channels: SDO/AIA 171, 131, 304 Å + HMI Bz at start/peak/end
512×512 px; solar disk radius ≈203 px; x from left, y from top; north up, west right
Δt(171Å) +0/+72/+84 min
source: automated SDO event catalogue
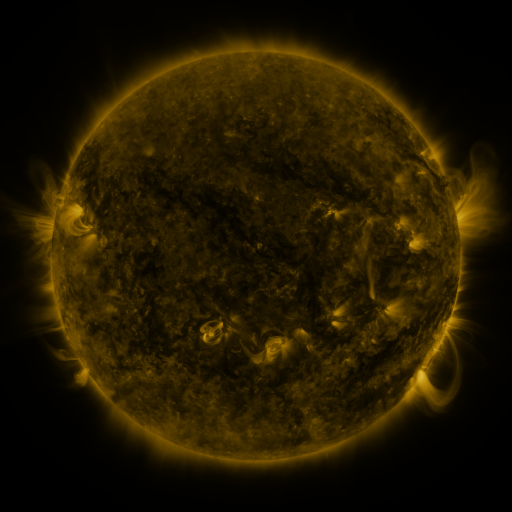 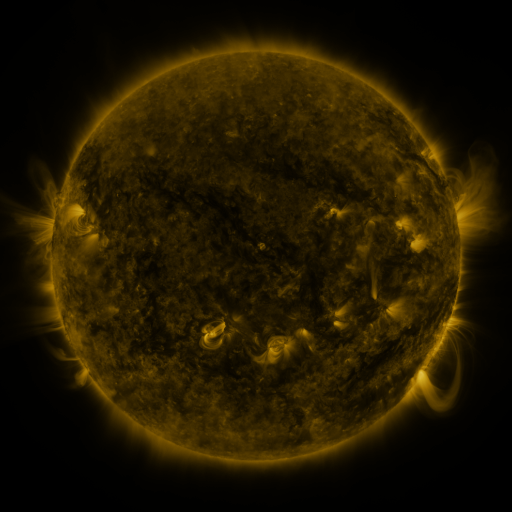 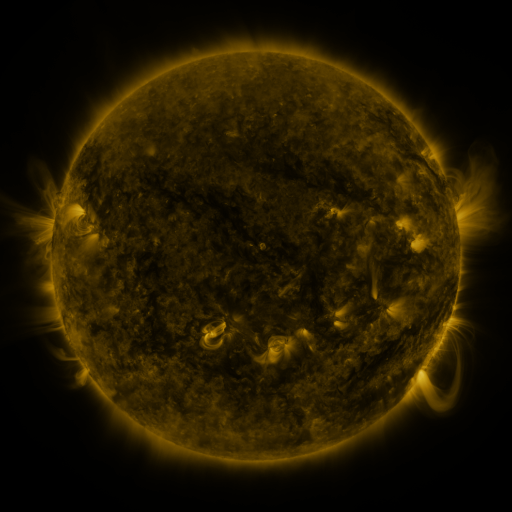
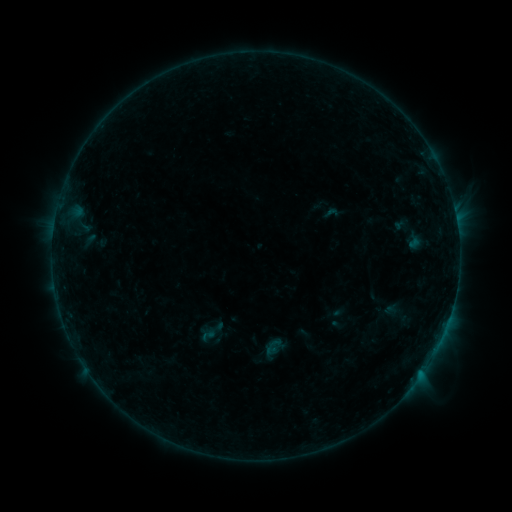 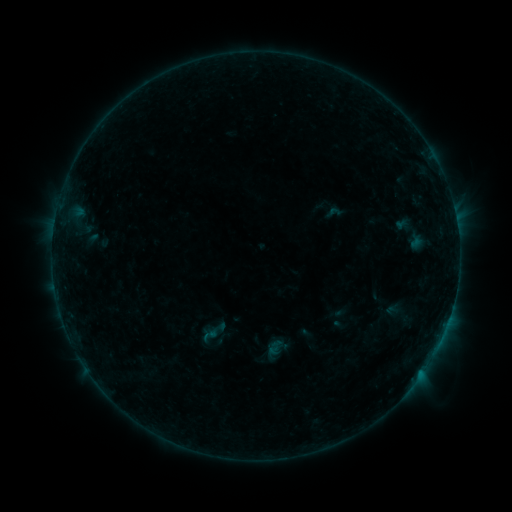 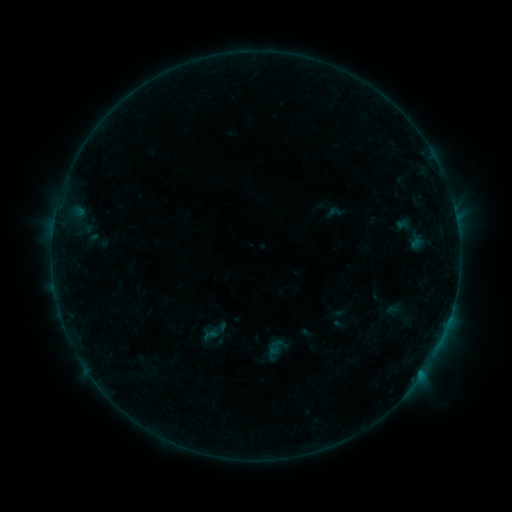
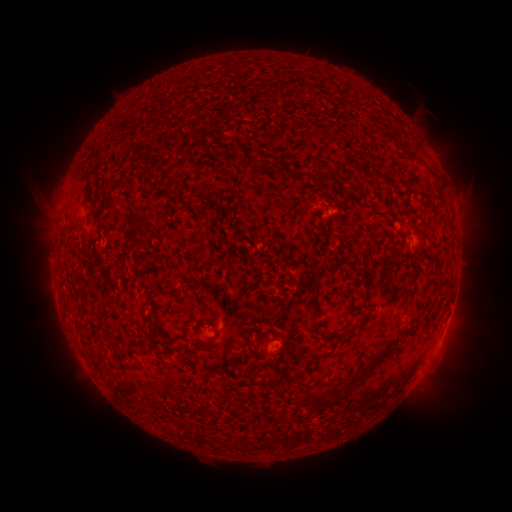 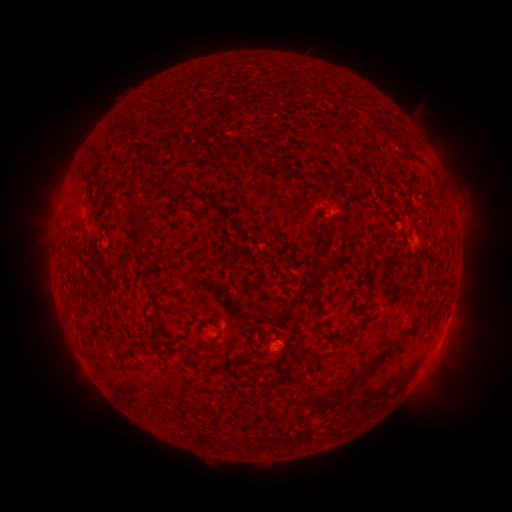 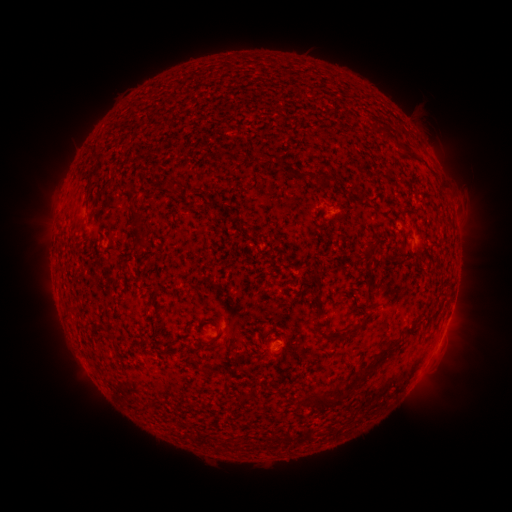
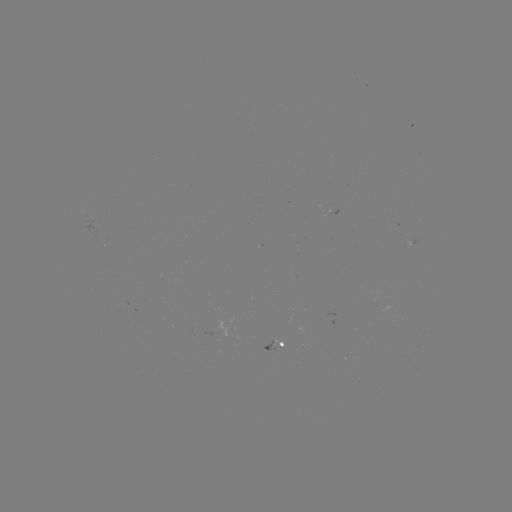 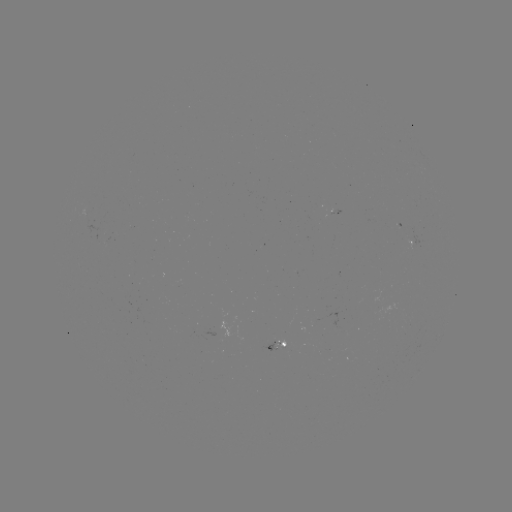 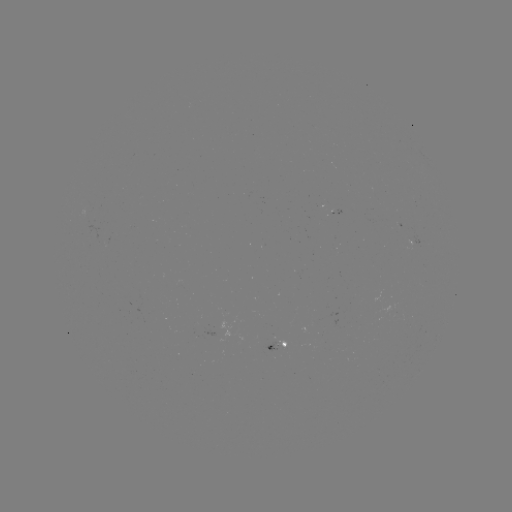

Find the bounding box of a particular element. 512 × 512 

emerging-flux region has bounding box [264, 341, 278, 350].